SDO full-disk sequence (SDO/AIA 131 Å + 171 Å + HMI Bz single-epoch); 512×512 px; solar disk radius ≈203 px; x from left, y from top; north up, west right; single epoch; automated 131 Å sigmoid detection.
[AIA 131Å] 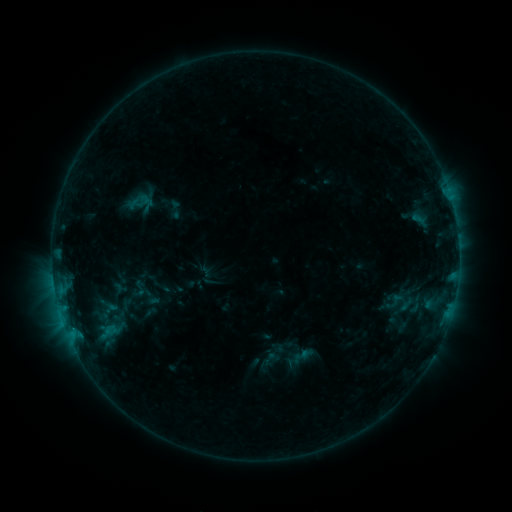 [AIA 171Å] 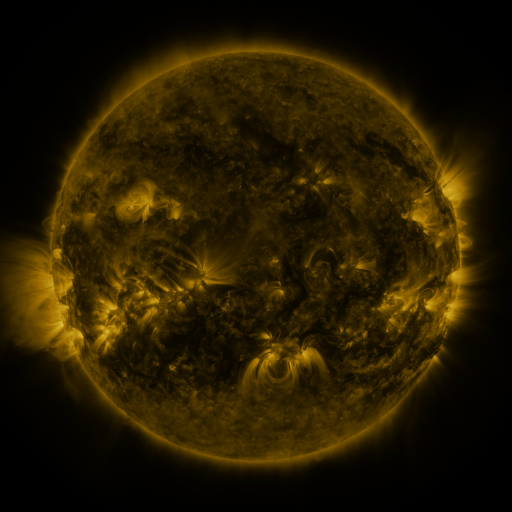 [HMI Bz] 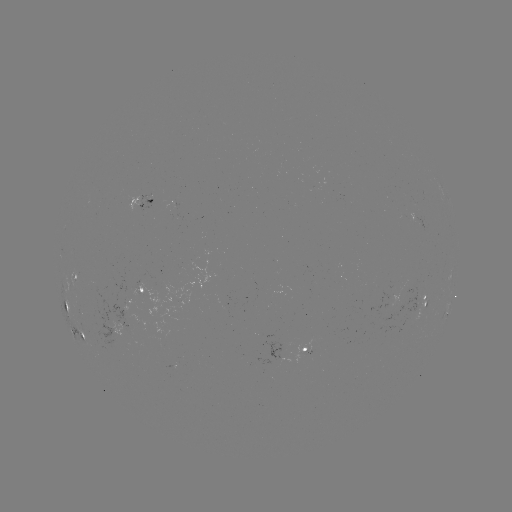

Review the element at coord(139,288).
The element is sigmoid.